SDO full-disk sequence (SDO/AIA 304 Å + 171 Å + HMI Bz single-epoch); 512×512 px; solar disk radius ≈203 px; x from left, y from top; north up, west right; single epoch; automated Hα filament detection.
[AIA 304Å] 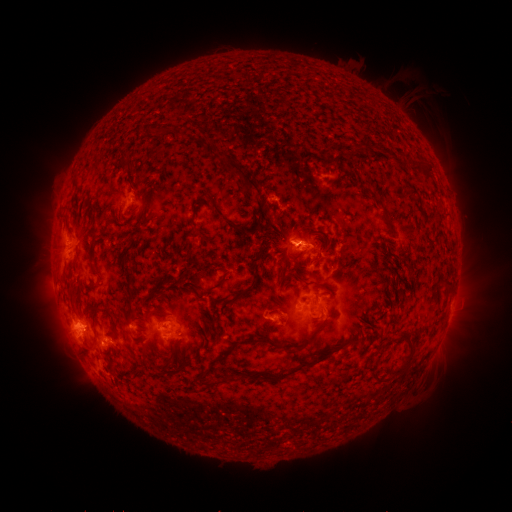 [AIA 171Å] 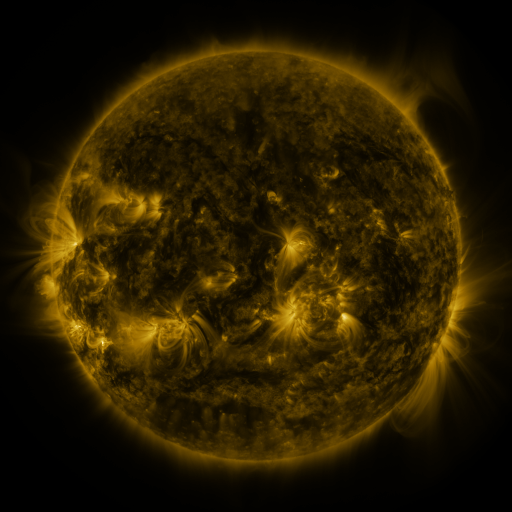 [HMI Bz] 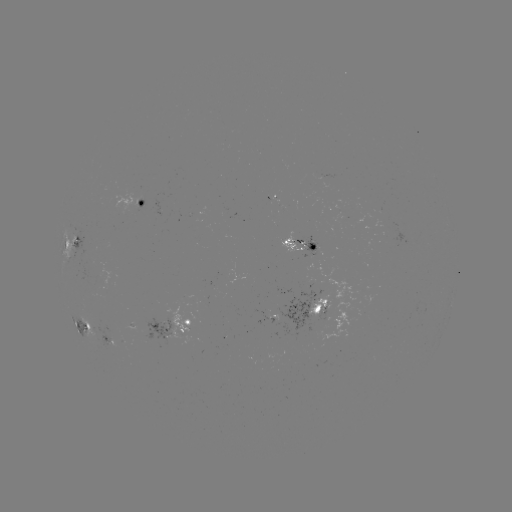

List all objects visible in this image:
filament: <bbox>210, 145, 260, 194</bbox>
filament: <bbox>363, 147, 370, 158</bbox>
filament: <bbox>410, 163, 423, 173</bbox>
filament: <bbox>420, 165, 434, 180</bbox>
filament: <bbox>198, 190, 209, 200</bbox>
filament: <bbox>369, 192, 378, 202</bbox>
filament: <bbox>210, 202, 243, 232</bbox>
filament: <bbox>146, 211, 155, 220</bbox>
filament: <bbox>189, 216, 197, 230</bbox>
filament: <bbox>308, 243, 317, 252</bbox>
filament: <bbox>229, 267, 259, 301</bbox>
filament: <bbox>276, 267, 292, 280</bbox>
filament: <bbox>180, 269, 191, 278</bbox>
filament: <bbox>124, 270, 134, 306</bbox>
filament: <bbox>313, 280, 332, 293</bbox>
filament: <bbox>202, 287, 212, 294</bbox>
filament: <bbox>92, 304, 117, 331</bbox>
filament: <bbox>150, 307, 165, 315</bbox>
filament: <bbox>261, 333, 315, 349</bbox>
filament: <bbox>90, 335, 97, 345</bbox>
filament: <bbox>265, 350, 330, 382</bbox>
filament: <bbox>385, 353, 414, 378</bbox>
filament: <bbox>367, 371, 382, 385</bbox>
filament: <bbox>223, 374, 233, 382</bbox>
